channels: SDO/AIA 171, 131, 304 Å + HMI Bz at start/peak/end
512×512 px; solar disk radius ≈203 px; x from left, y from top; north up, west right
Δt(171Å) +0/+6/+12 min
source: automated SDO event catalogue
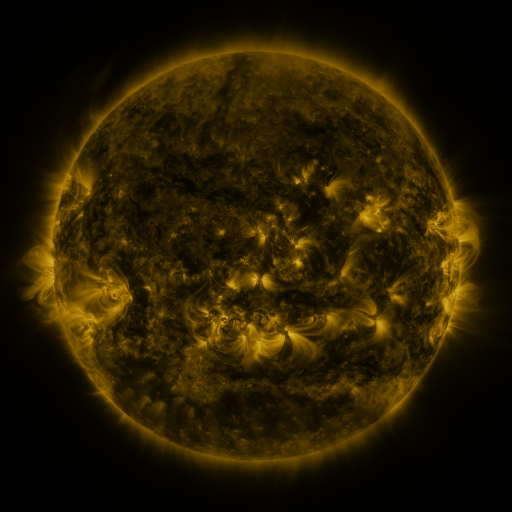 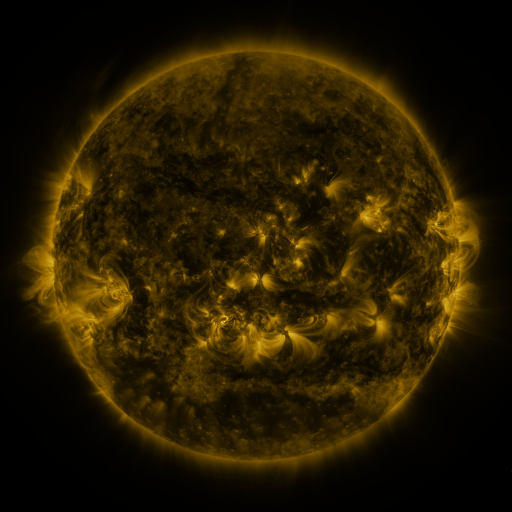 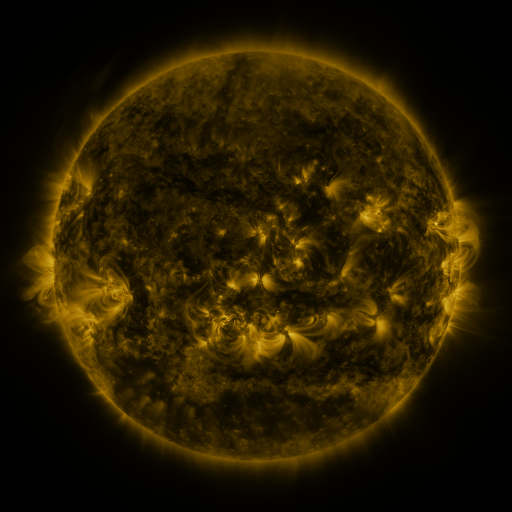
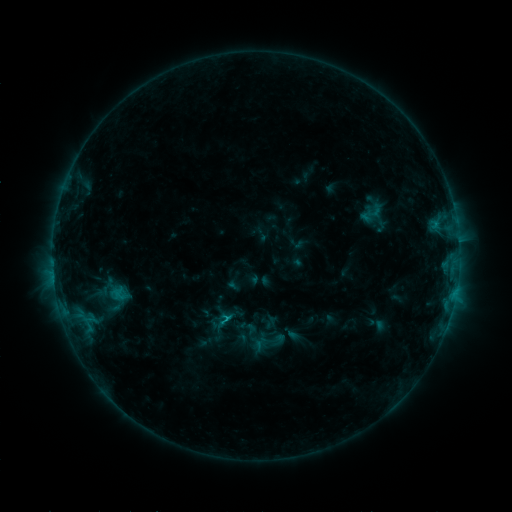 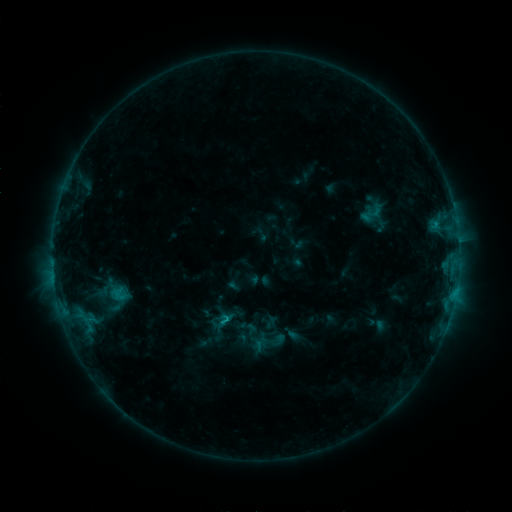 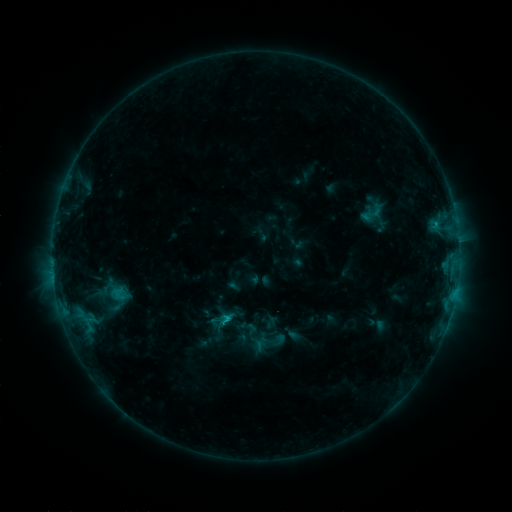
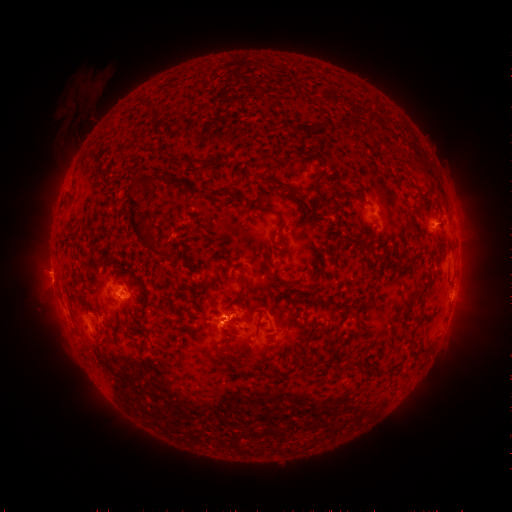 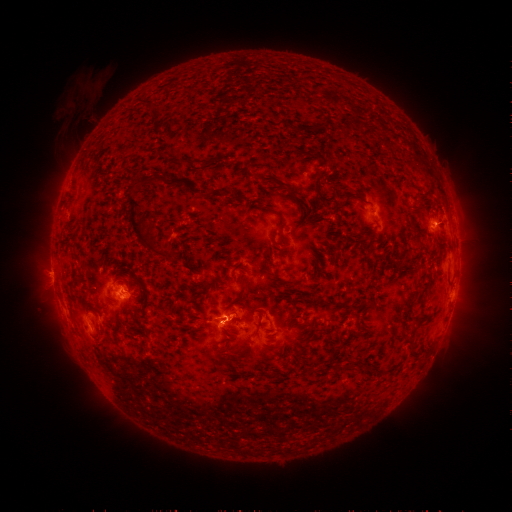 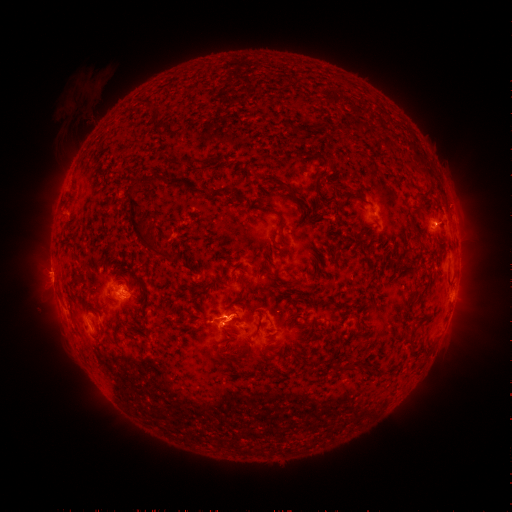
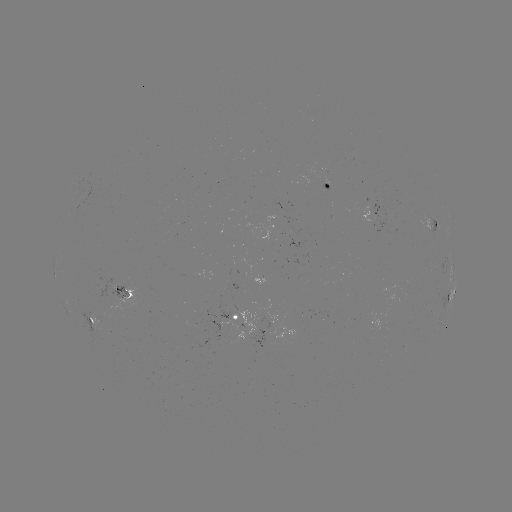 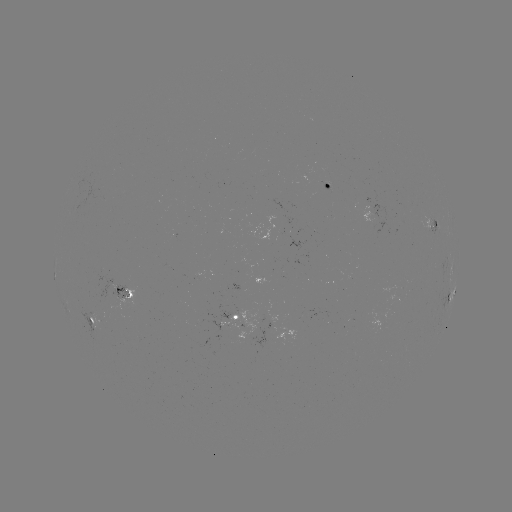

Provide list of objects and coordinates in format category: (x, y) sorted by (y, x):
C1.4 flare: (226, 320)
